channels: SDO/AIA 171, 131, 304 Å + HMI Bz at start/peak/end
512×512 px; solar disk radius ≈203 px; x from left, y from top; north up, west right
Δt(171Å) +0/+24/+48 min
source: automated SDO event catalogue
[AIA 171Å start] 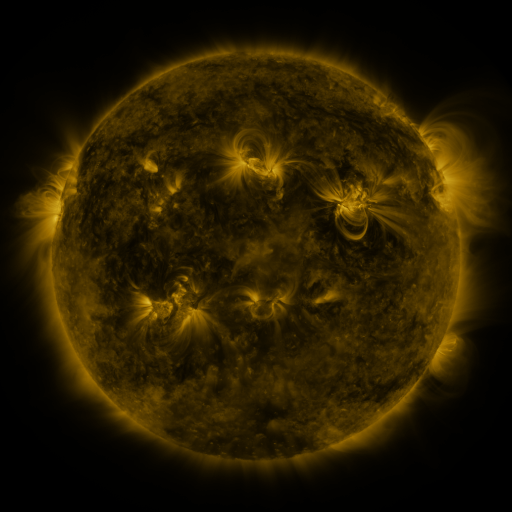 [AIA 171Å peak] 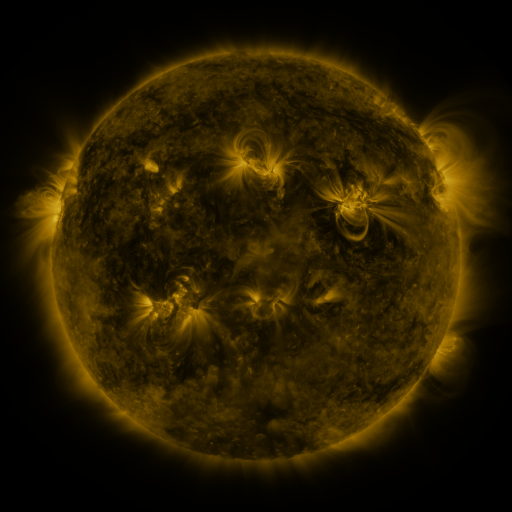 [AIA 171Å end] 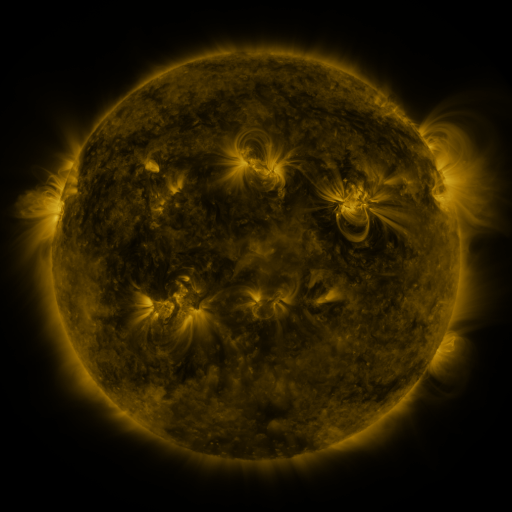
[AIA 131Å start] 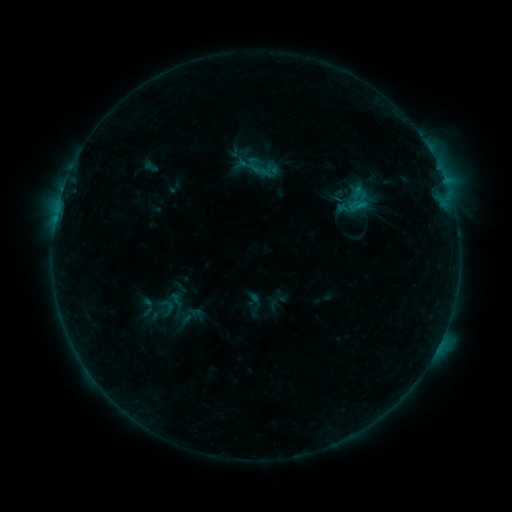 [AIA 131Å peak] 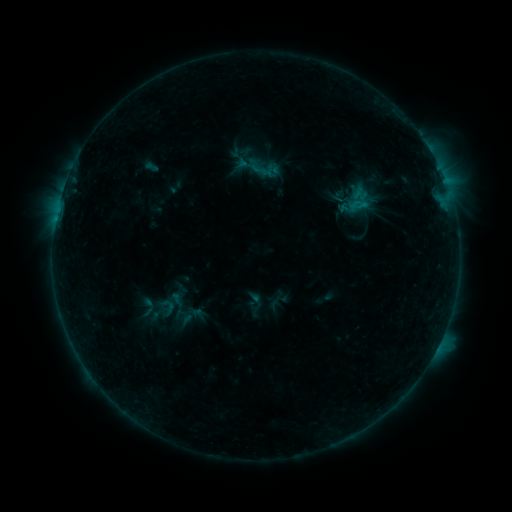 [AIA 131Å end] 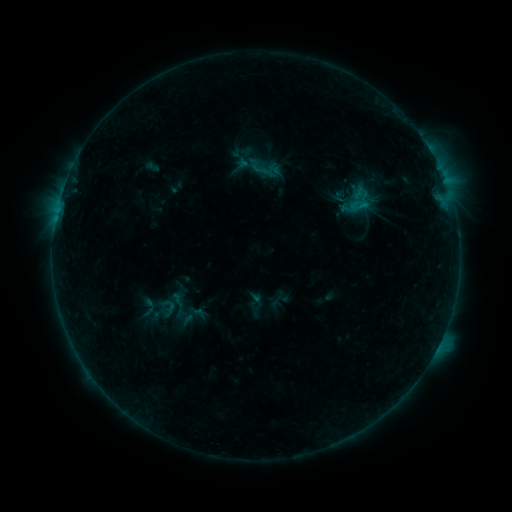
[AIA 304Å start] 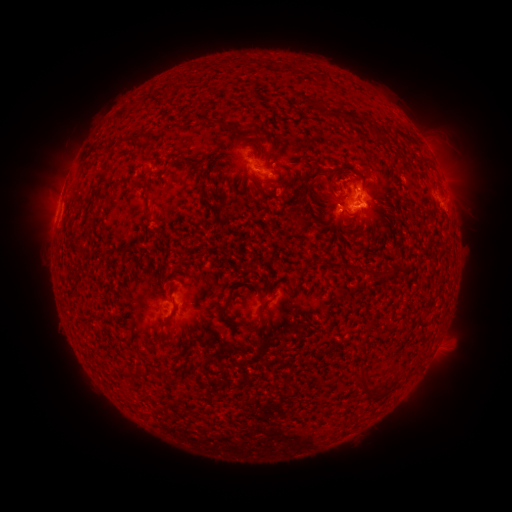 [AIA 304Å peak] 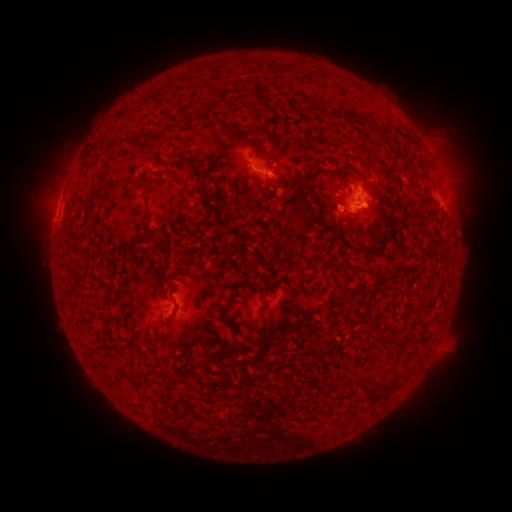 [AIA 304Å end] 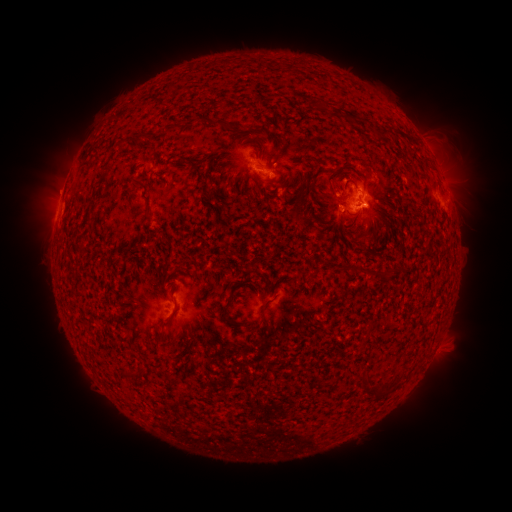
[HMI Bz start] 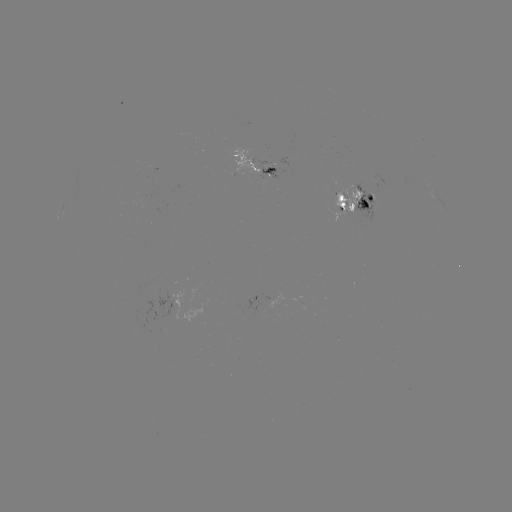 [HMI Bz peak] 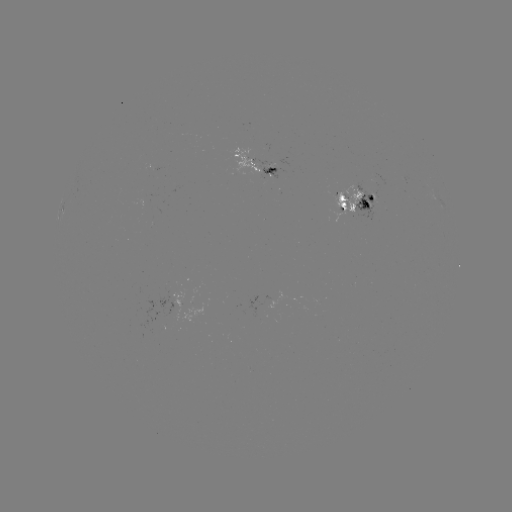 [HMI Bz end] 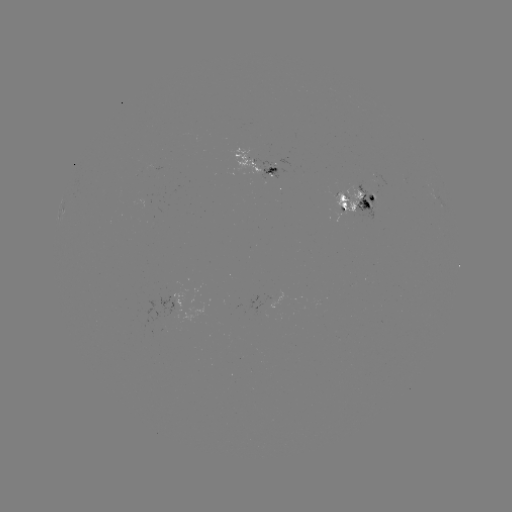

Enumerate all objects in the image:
emerging-flux region: (349, 208)
